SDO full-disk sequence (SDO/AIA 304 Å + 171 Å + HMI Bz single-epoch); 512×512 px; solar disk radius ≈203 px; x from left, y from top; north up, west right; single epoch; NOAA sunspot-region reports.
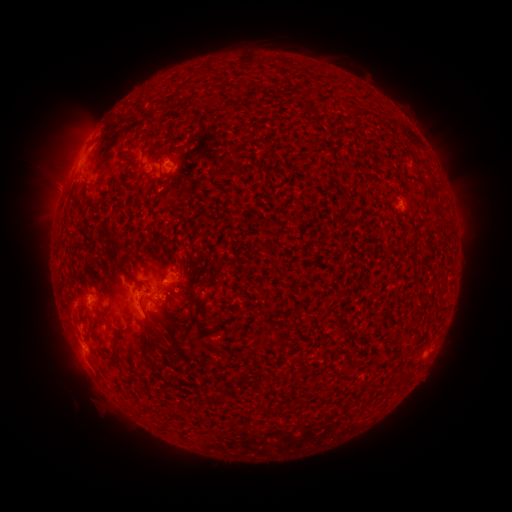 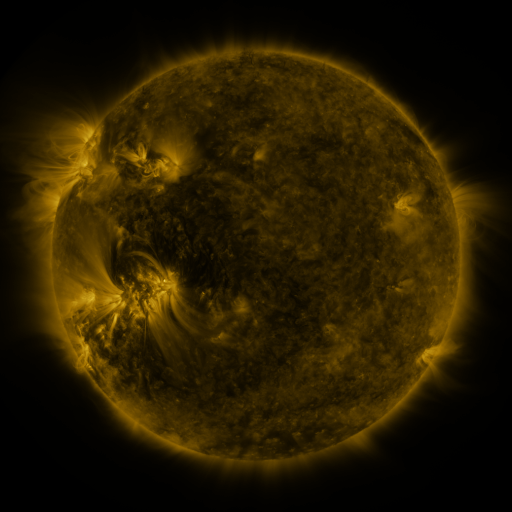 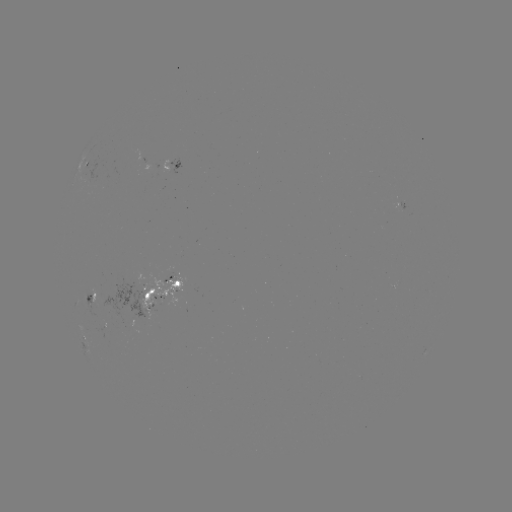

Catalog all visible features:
spotted active region: (88, 158)
spotted active region: (178, 162)
spotted active region: (400, 207)
spotted active region: (157, 291)
spotted active region: (94, 294)
spotted active region: (83, 333)
